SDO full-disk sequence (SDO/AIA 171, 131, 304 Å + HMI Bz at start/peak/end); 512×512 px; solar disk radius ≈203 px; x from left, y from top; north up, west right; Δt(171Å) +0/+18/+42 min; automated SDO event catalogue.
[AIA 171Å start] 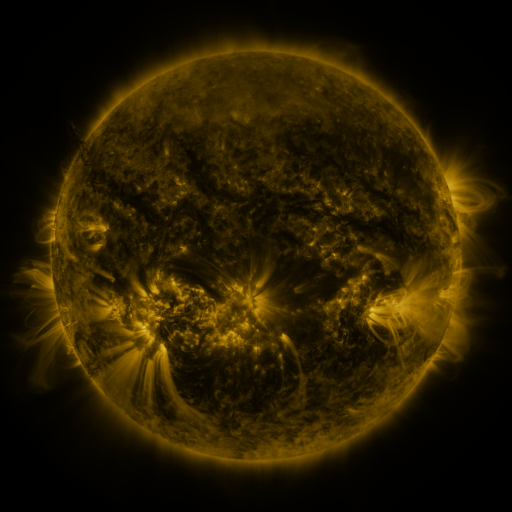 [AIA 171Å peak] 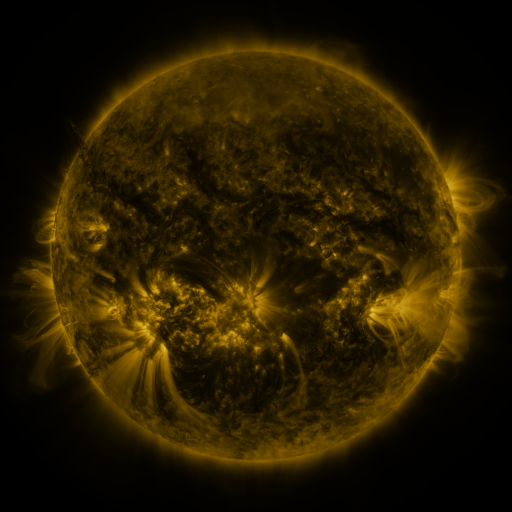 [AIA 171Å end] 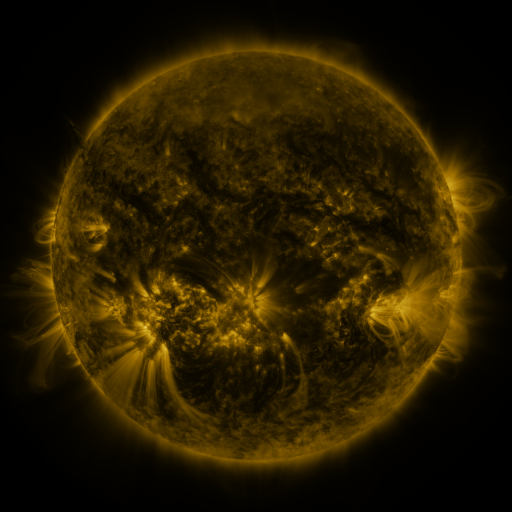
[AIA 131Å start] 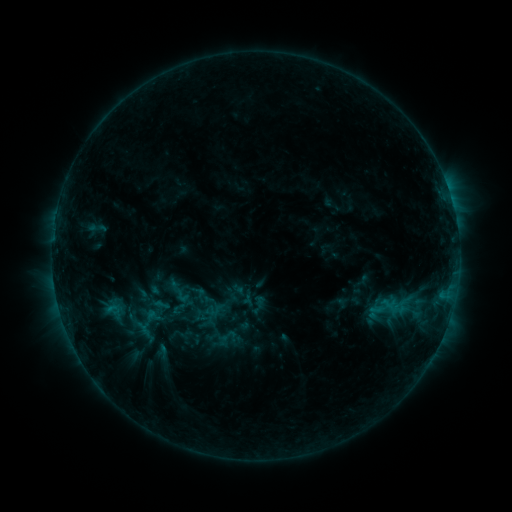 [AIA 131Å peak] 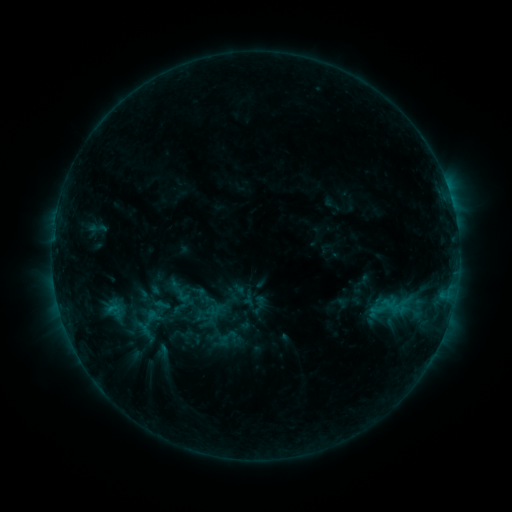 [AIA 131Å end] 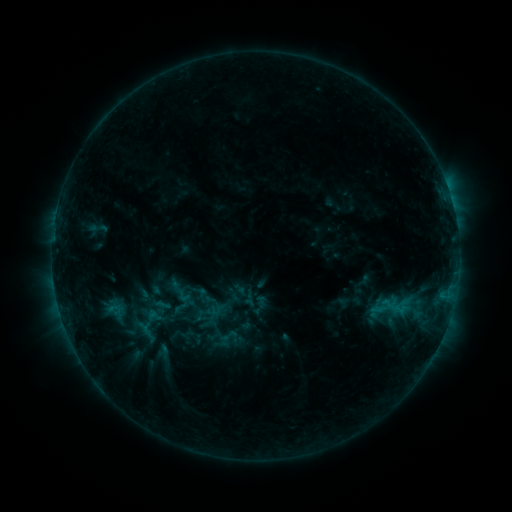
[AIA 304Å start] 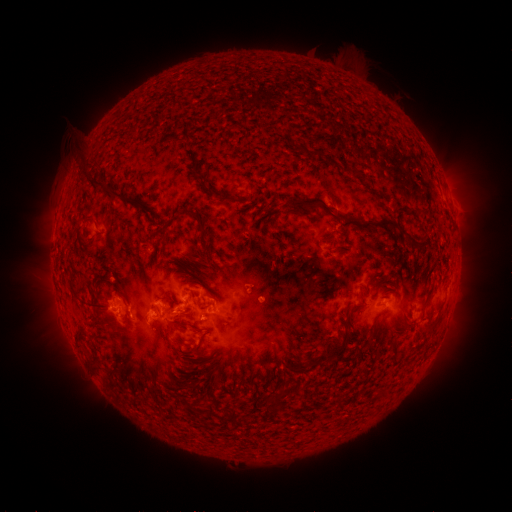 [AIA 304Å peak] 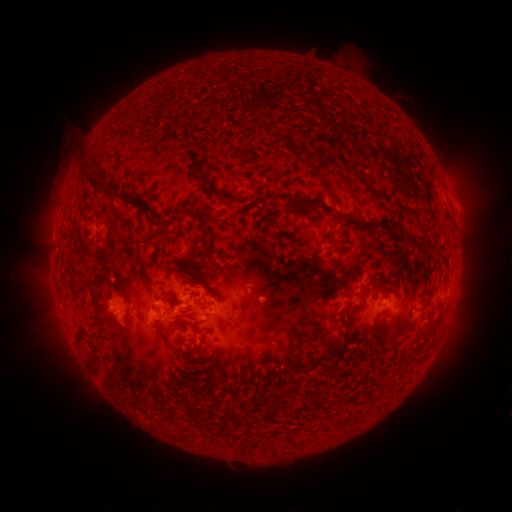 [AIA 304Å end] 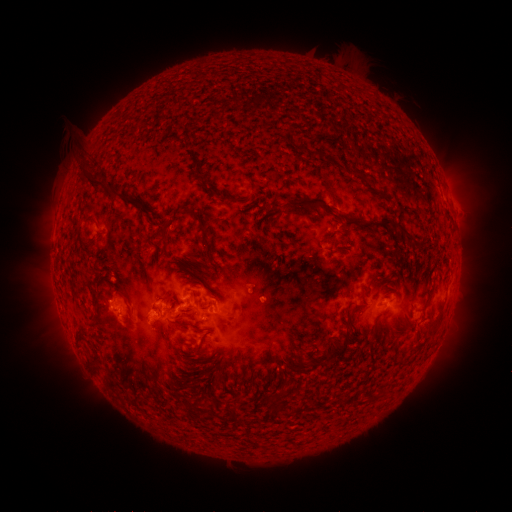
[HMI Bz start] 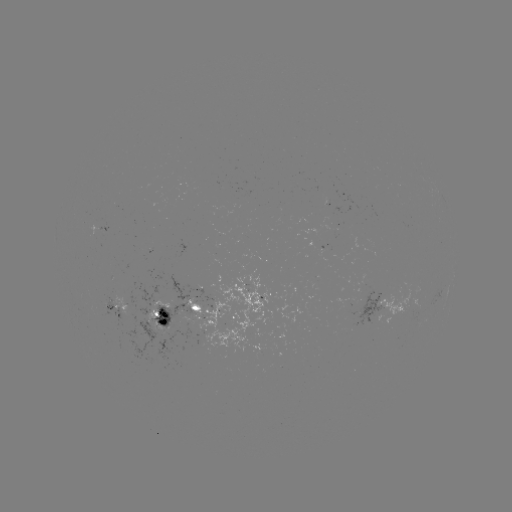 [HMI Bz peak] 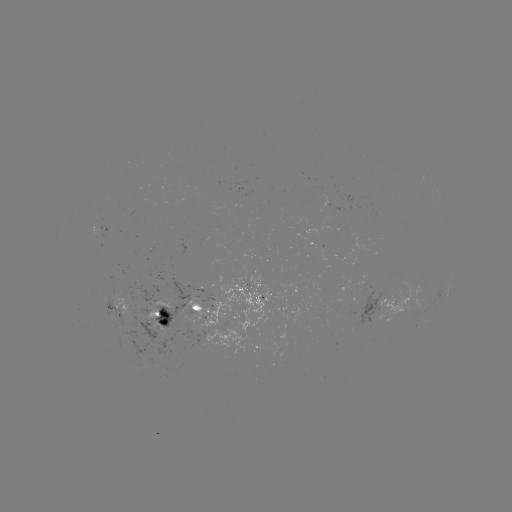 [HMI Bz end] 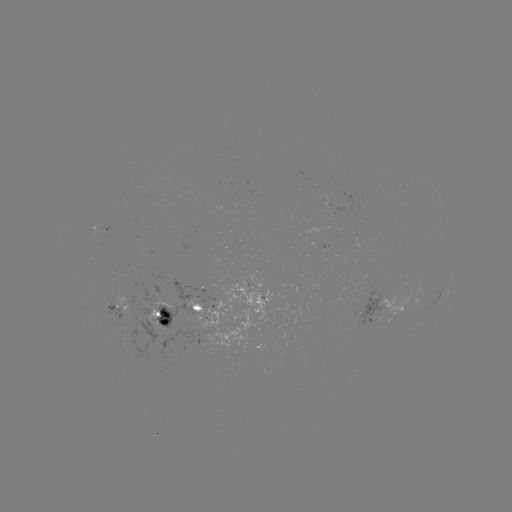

no classed flare was catalogued and no EUV brightening was flagged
